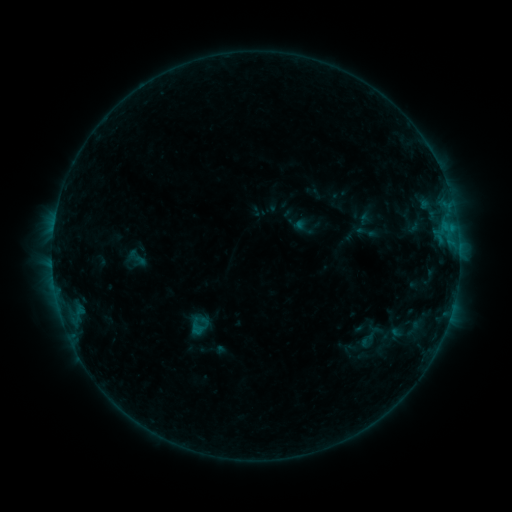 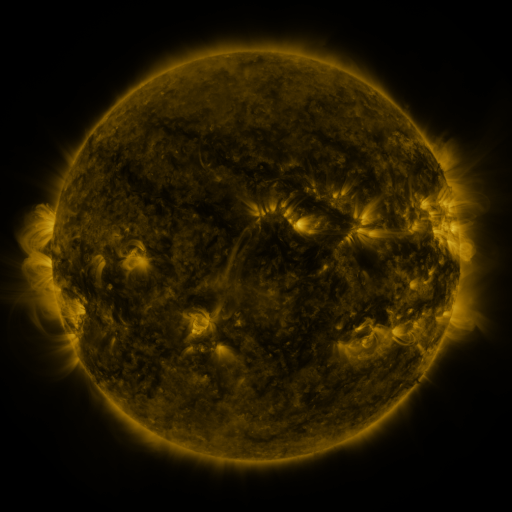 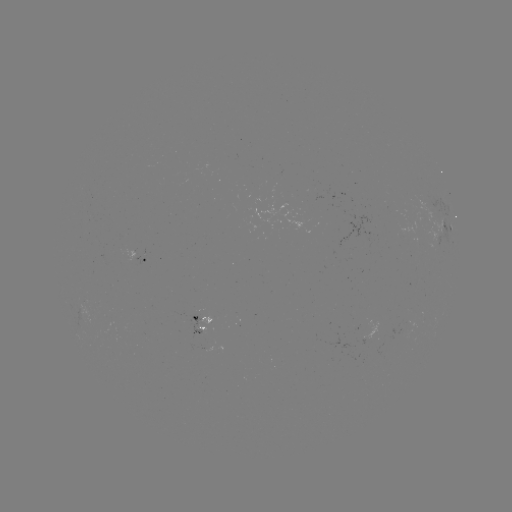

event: sigmoid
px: (367, 232)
